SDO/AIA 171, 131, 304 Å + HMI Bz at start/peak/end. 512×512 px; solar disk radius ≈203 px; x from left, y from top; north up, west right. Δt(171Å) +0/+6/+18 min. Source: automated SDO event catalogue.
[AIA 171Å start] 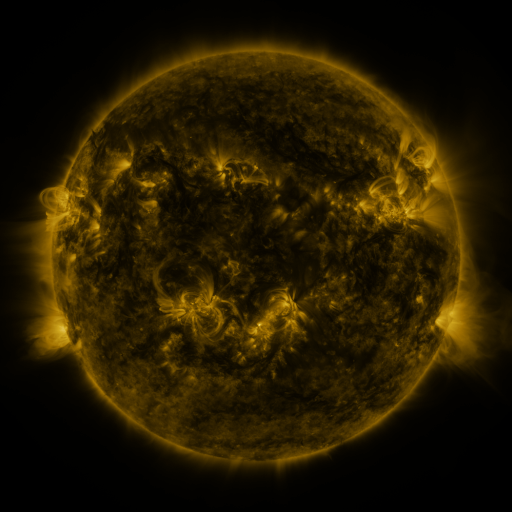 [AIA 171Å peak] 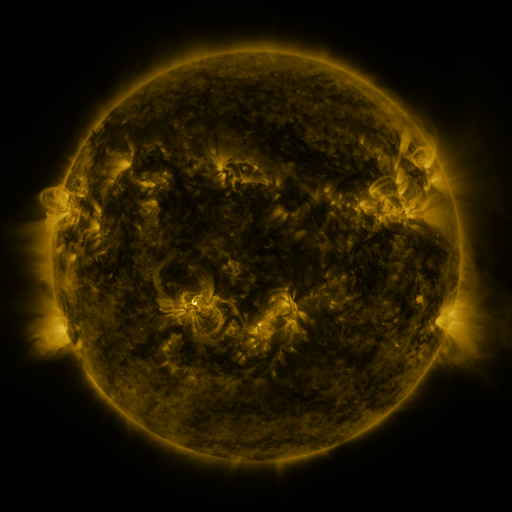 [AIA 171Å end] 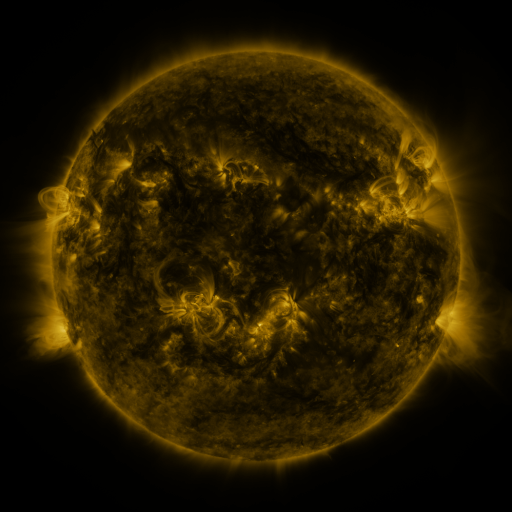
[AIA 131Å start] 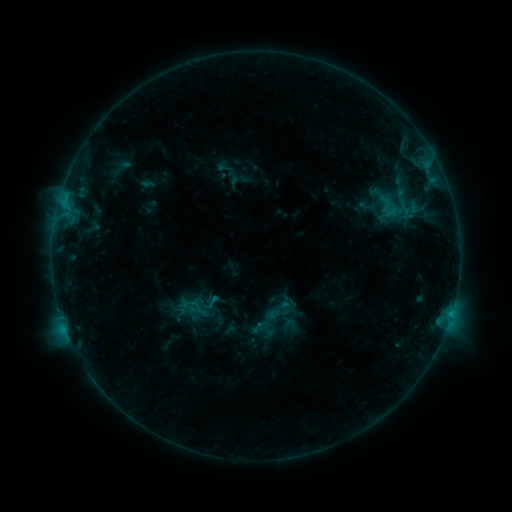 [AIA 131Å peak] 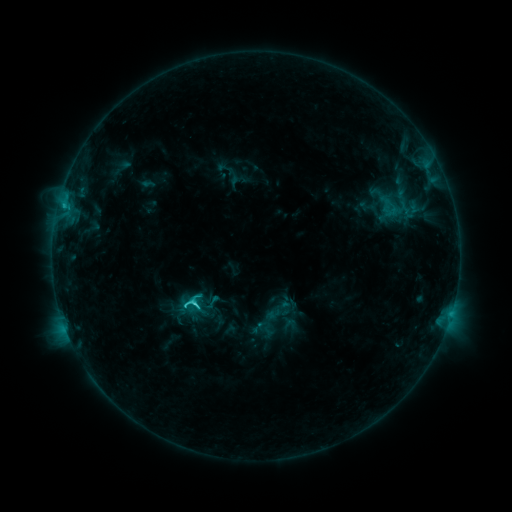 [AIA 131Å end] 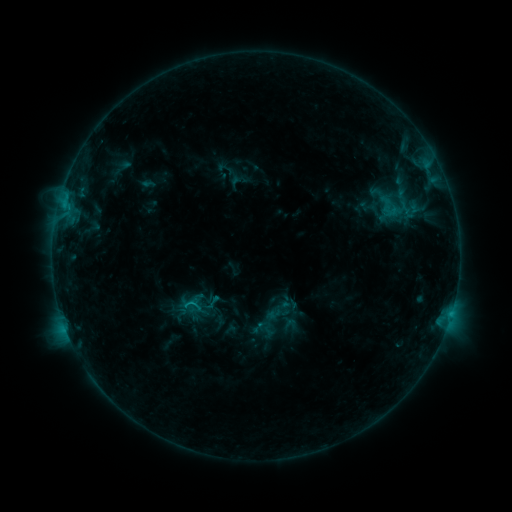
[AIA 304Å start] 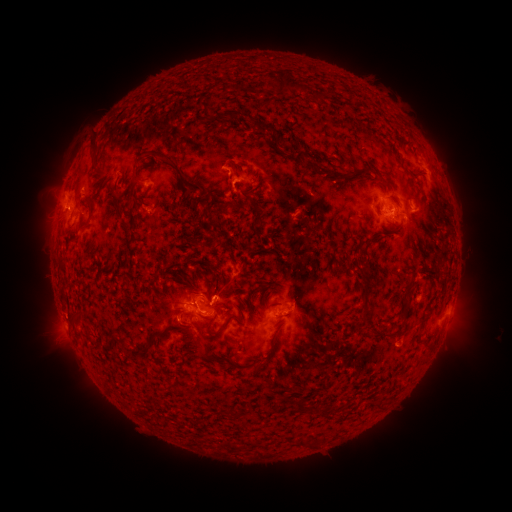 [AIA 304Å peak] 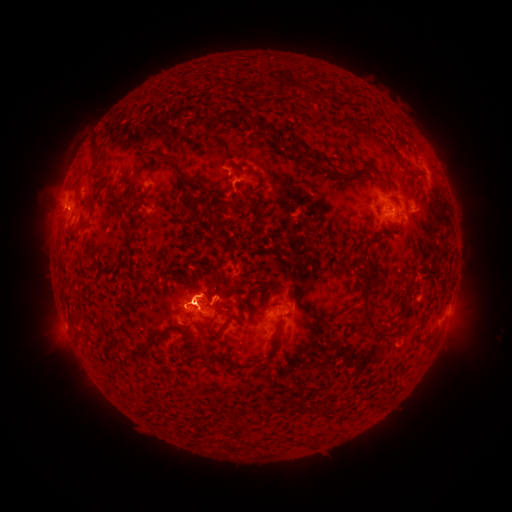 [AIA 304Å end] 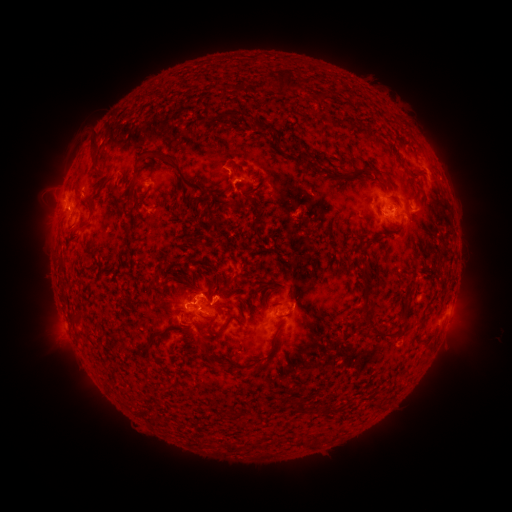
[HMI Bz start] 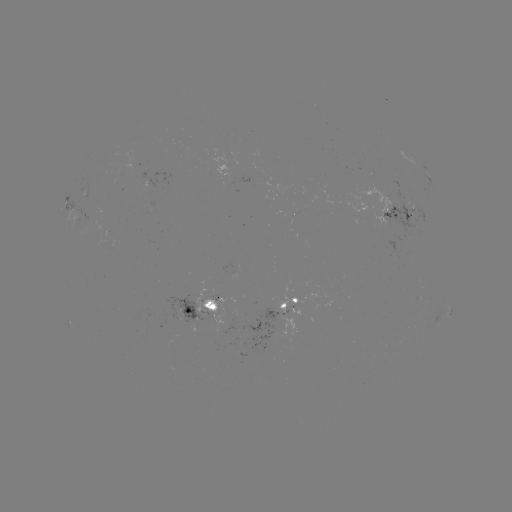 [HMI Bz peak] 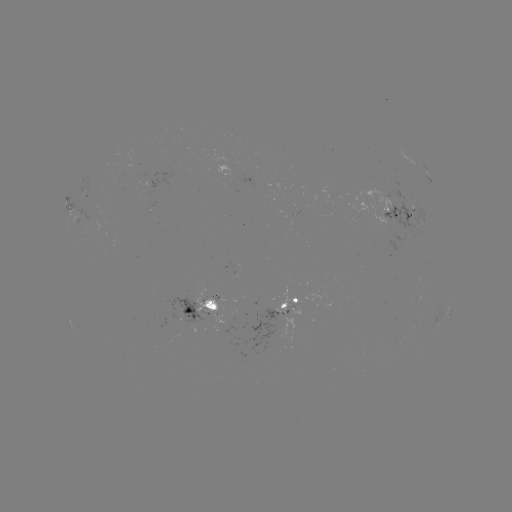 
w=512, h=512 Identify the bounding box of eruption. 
[156, 263, 214, 314].